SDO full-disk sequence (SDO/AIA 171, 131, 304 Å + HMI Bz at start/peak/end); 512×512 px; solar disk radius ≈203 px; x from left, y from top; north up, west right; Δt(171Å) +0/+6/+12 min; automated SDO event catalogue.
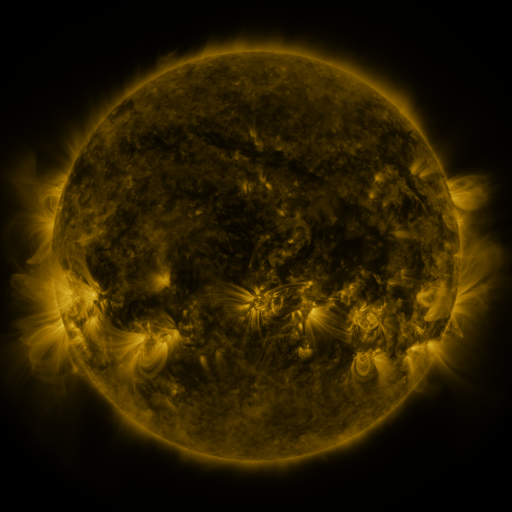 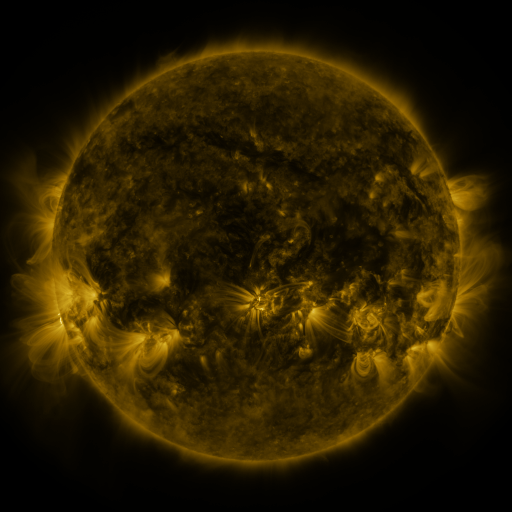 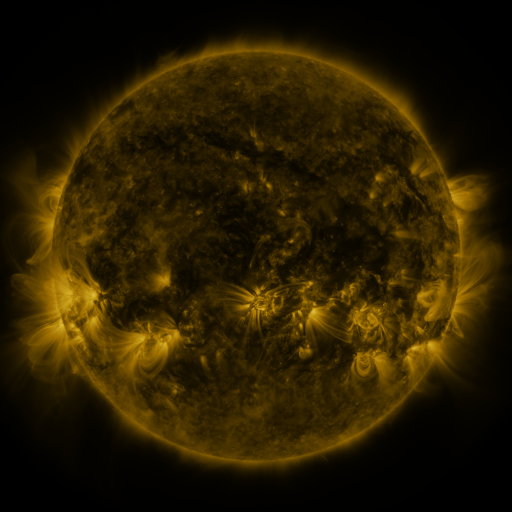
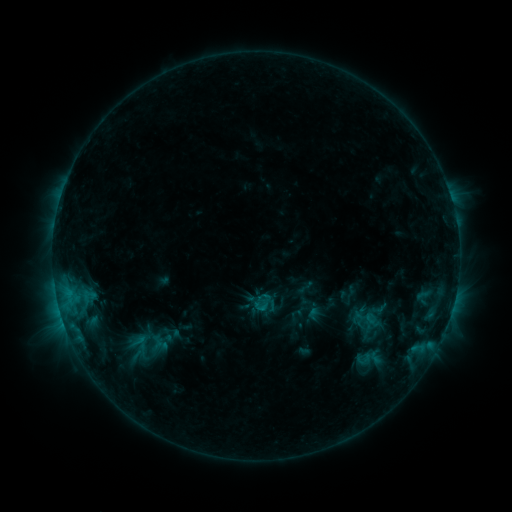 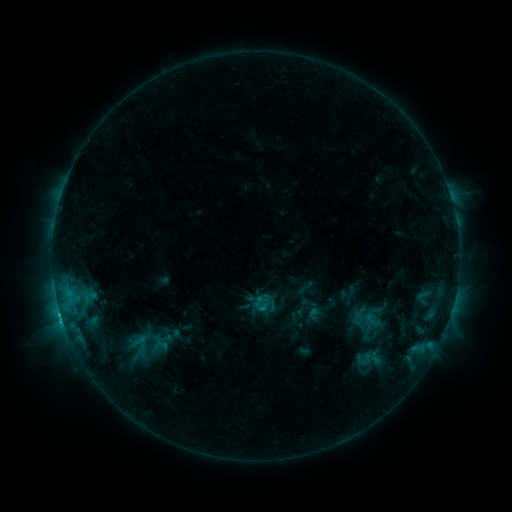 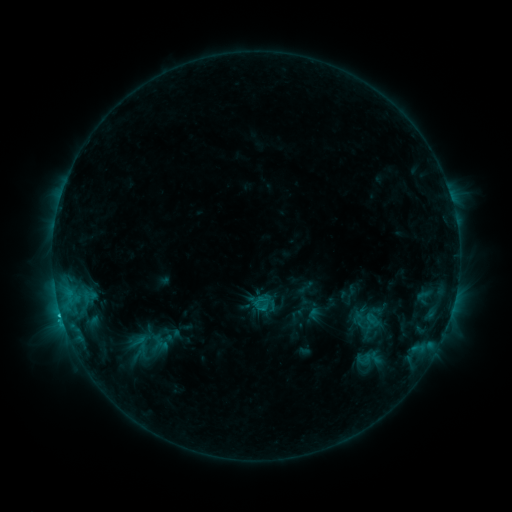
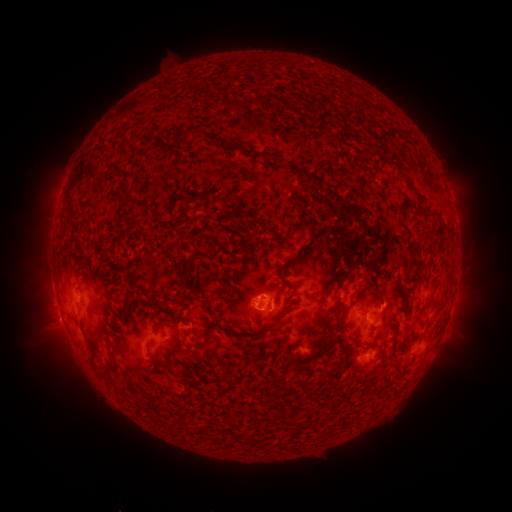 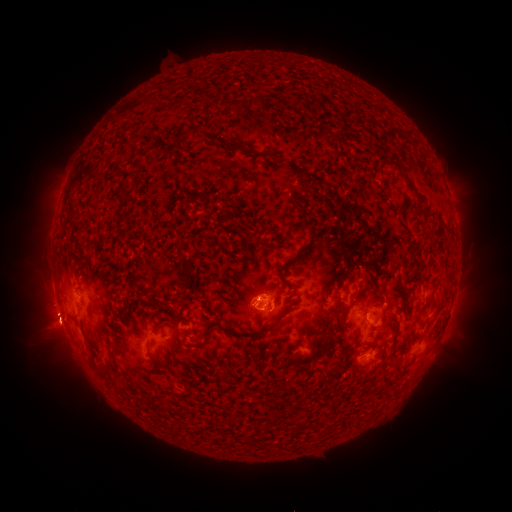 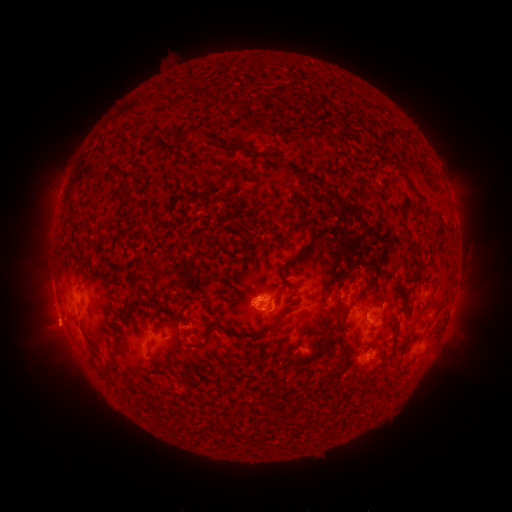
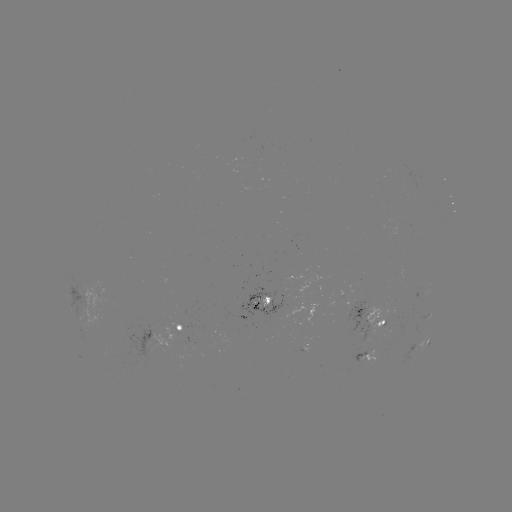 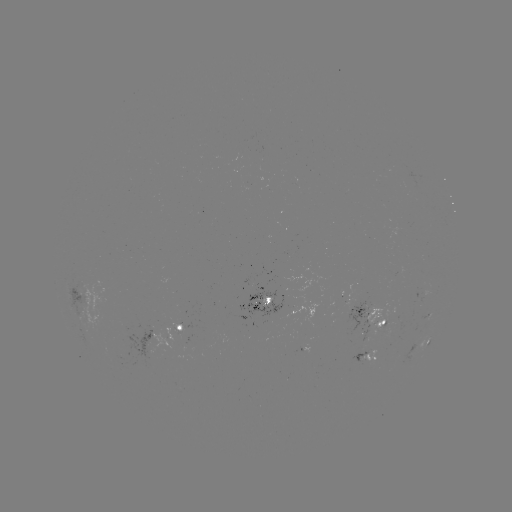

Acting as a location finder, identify C2.1 flare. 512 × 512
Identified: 60,312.